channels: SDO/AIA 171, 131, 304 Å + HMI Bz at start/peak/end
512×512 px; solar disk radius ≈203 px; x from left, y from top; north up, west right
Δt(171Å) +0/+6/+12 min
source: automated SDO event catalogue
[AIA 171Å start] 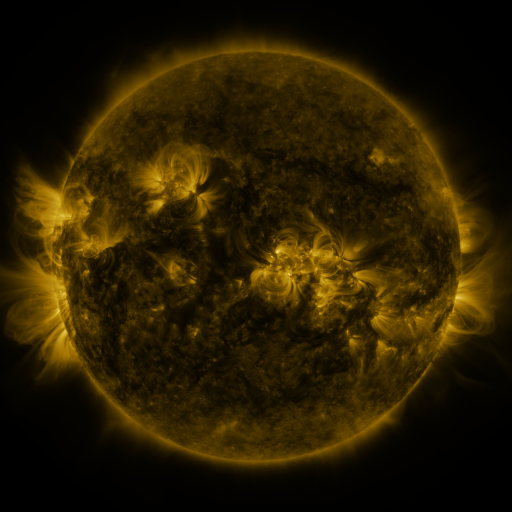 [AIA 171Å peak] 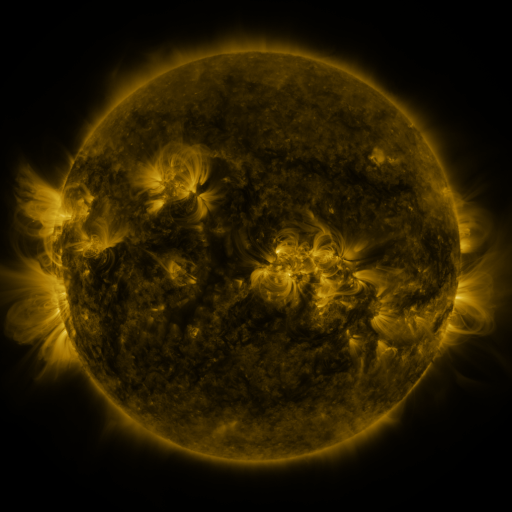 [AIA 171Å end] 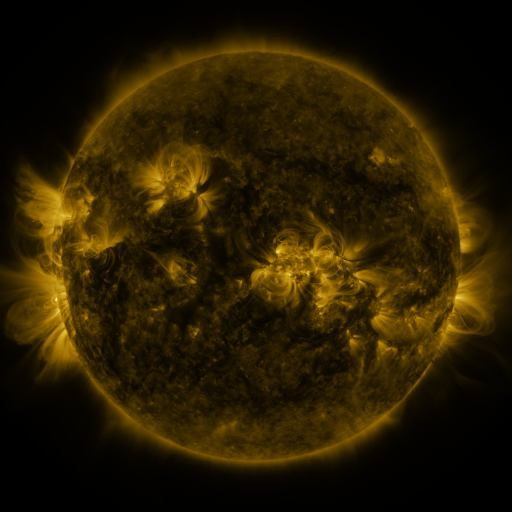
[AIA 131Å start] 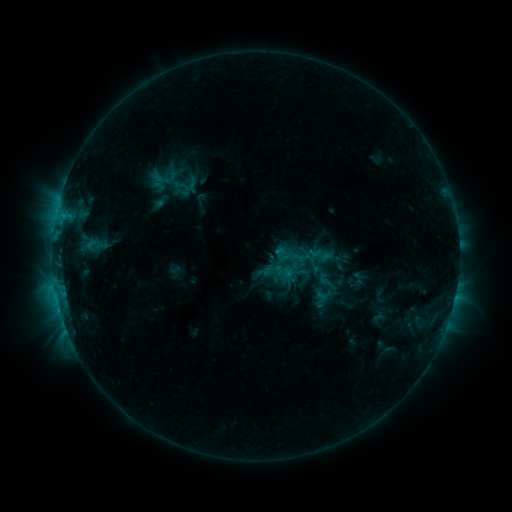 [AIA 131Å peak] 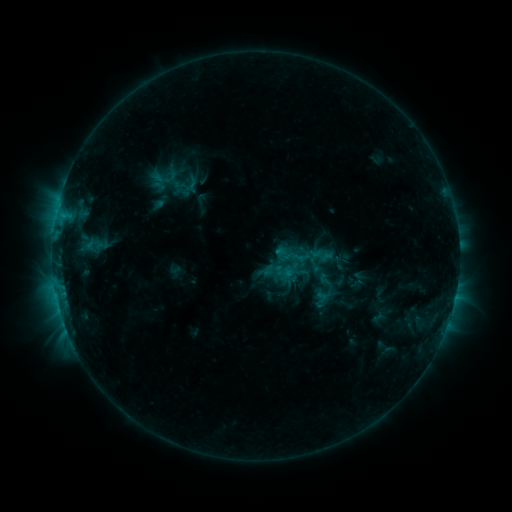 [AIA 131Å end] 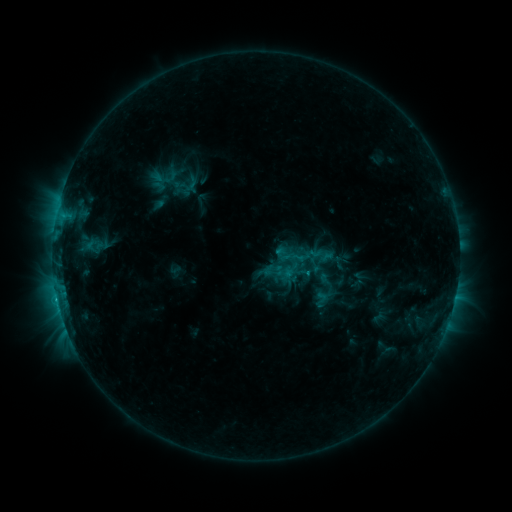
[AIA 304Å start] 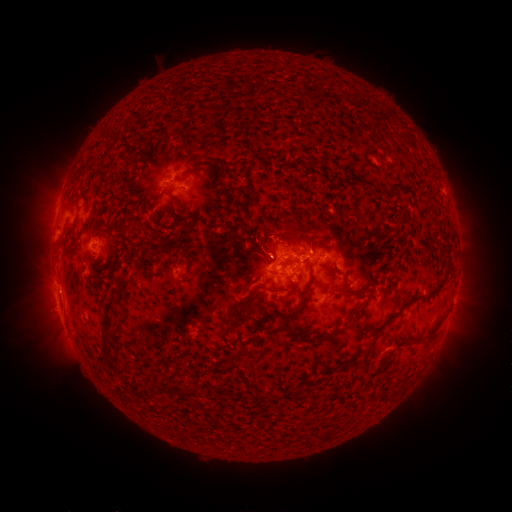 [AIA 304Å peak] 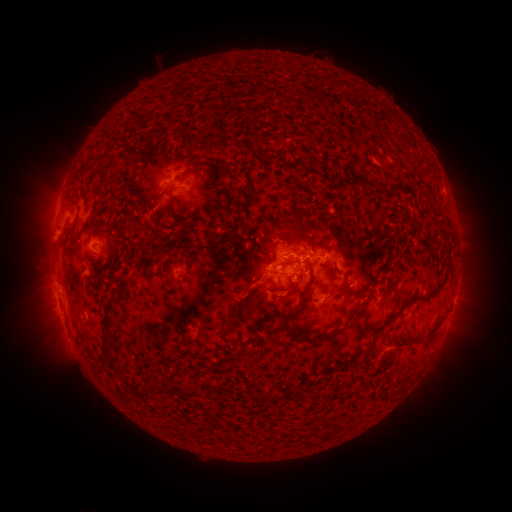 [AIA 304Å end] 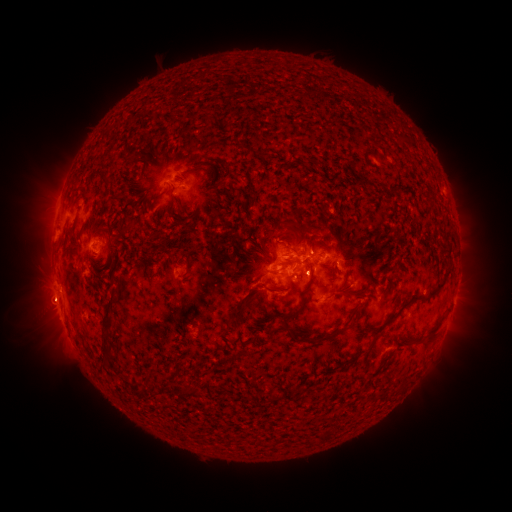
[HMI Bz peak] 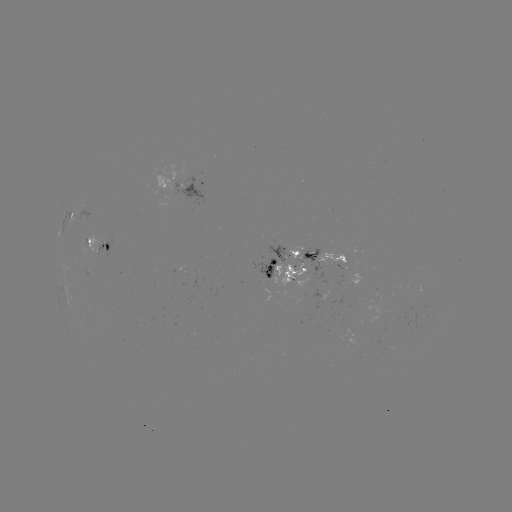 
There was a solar eruption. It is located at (46, 305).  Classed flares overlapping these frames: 1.